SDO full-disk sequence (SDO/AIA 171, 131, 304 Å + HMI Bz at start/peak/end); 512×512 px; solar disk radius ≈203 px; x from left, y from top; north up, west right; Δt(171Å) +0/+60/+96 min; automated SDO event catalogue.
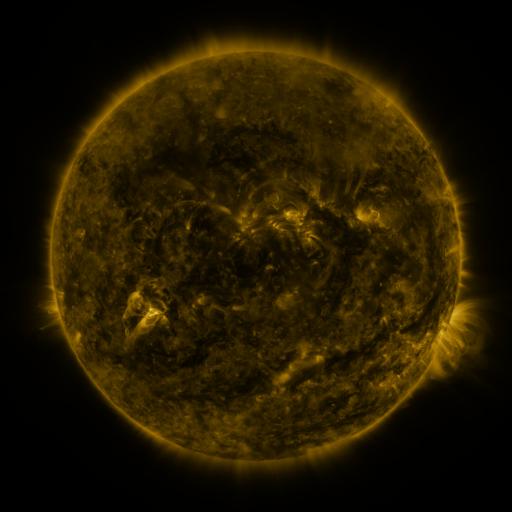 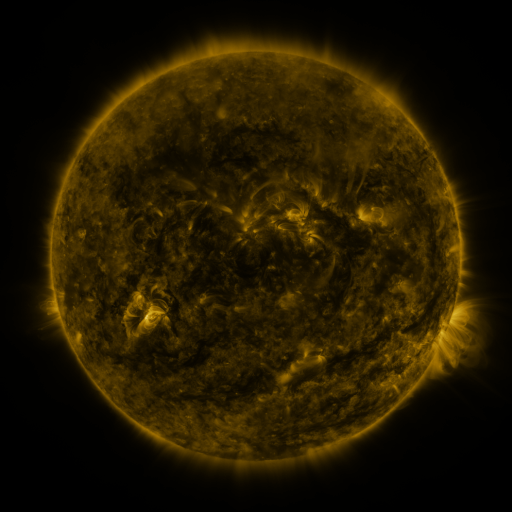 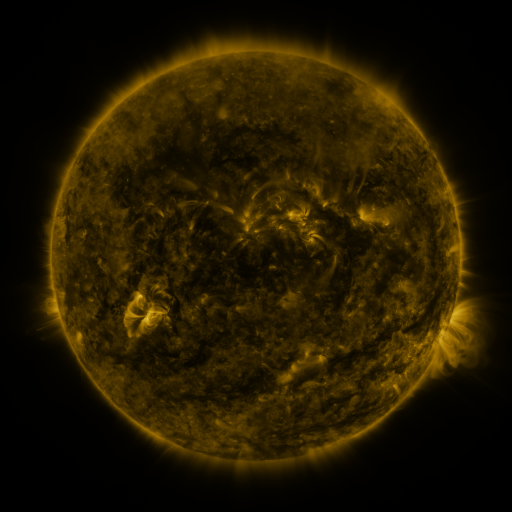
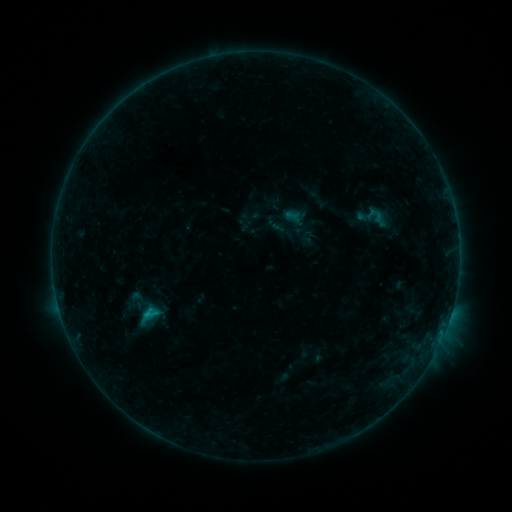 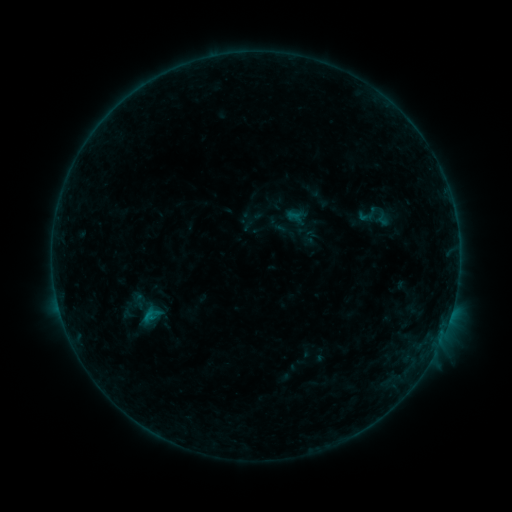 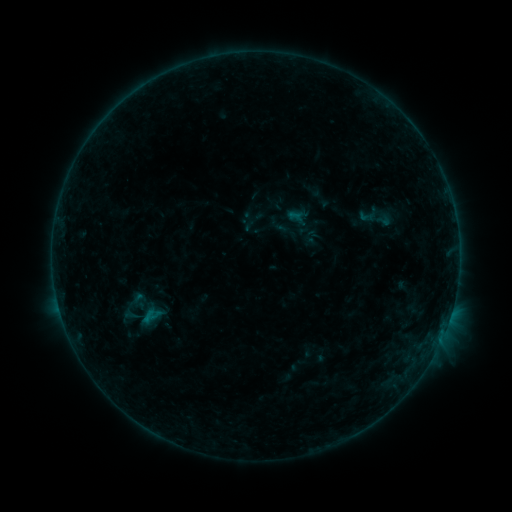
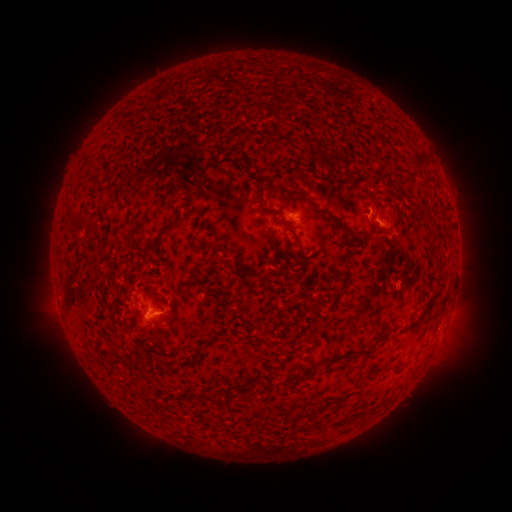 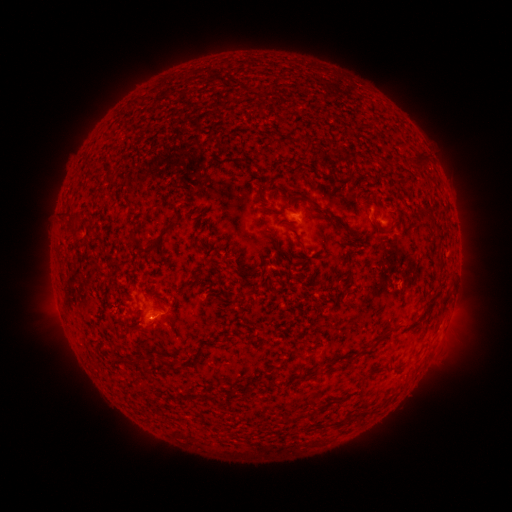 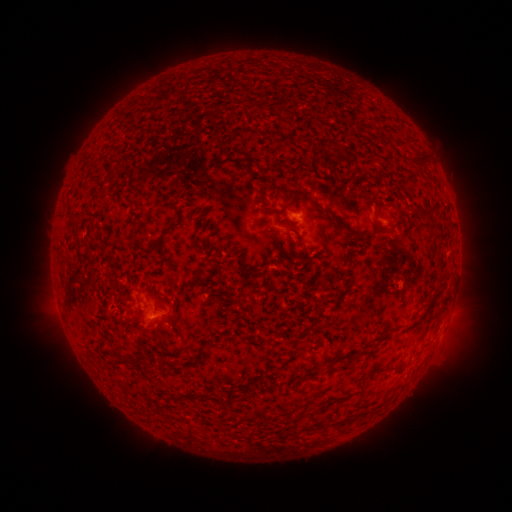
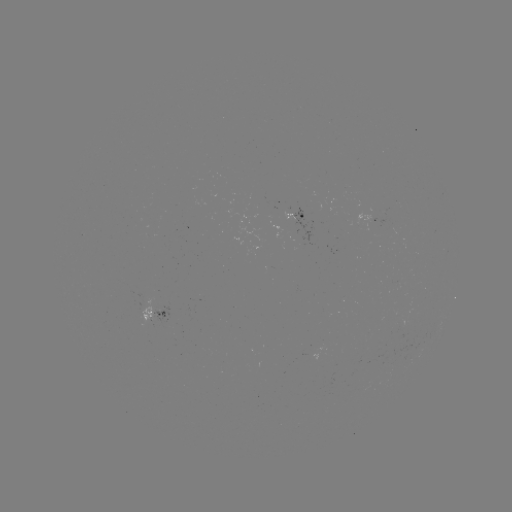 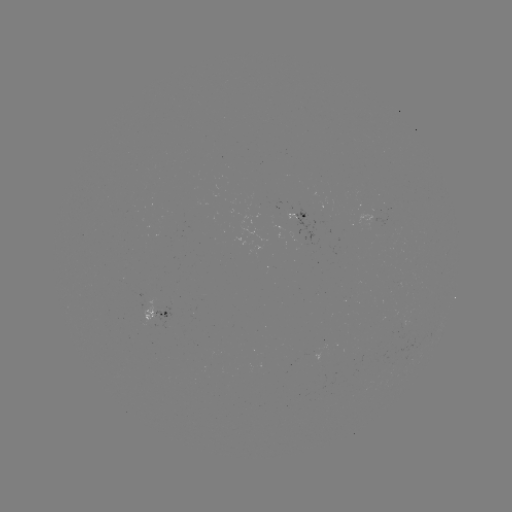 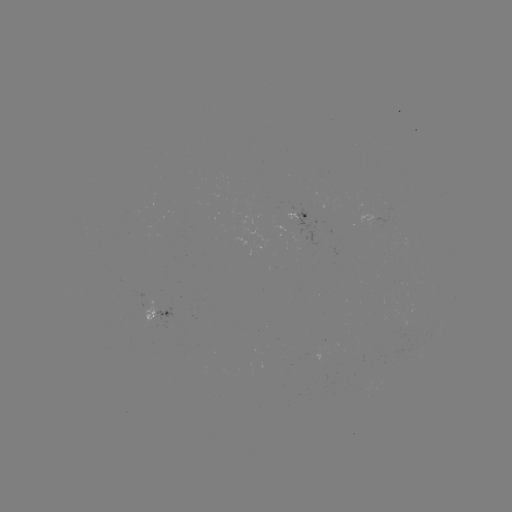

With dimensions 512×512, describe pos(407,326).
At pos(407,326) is emerging-flux region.